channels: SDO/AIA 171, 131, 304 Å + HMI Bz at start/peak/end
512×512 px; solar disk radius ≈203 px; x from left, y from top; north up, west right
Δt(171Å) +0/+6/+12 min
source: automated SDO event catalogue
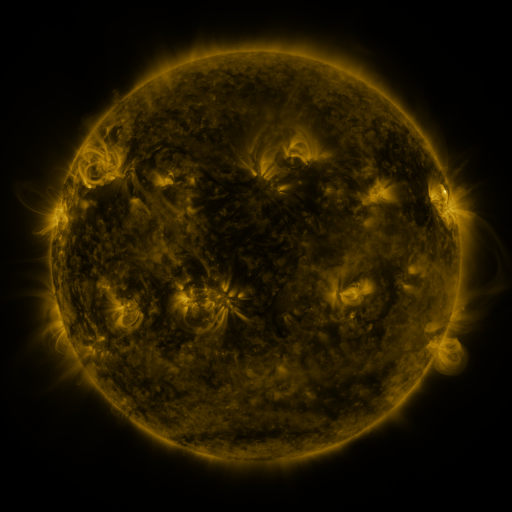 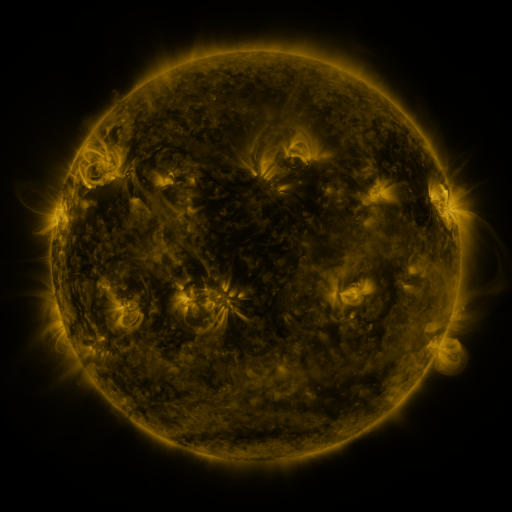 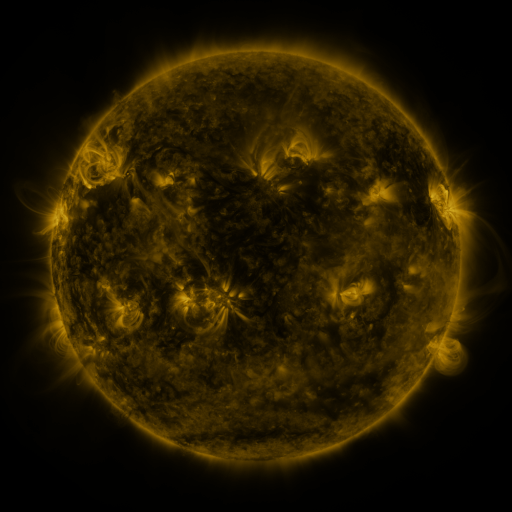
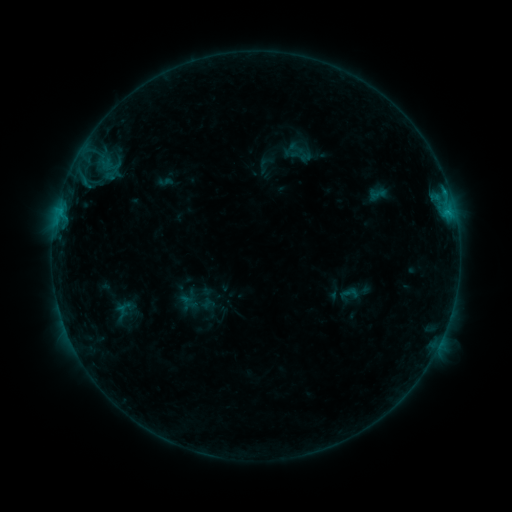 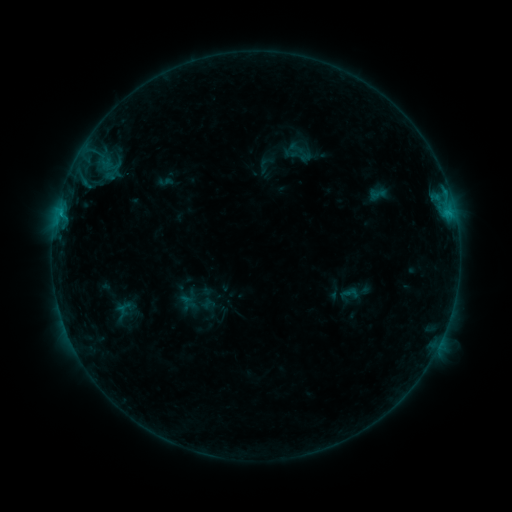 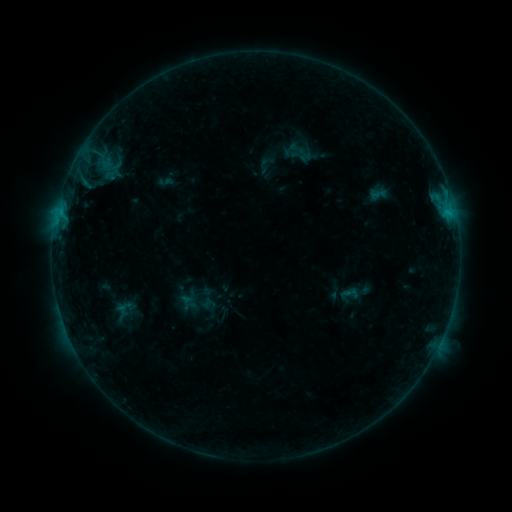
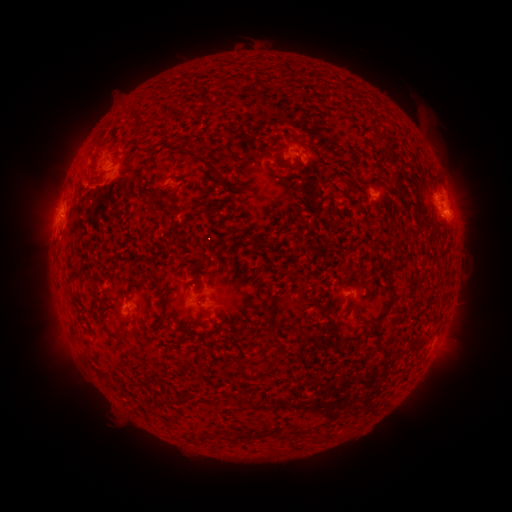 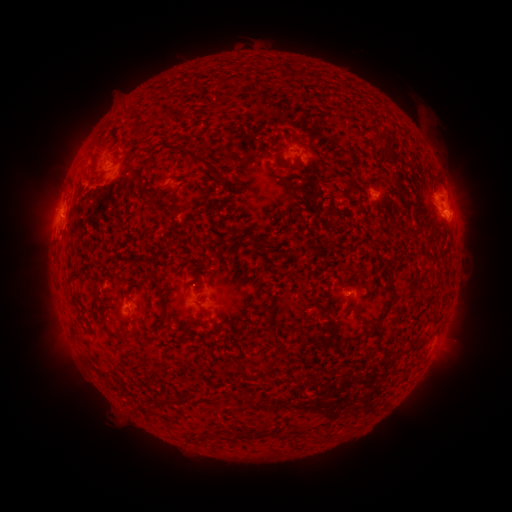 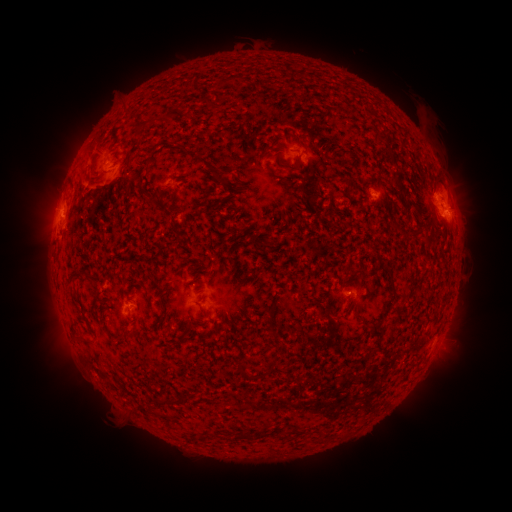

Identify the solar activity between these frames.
no flare in any classed list; no EUV-trigger detection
